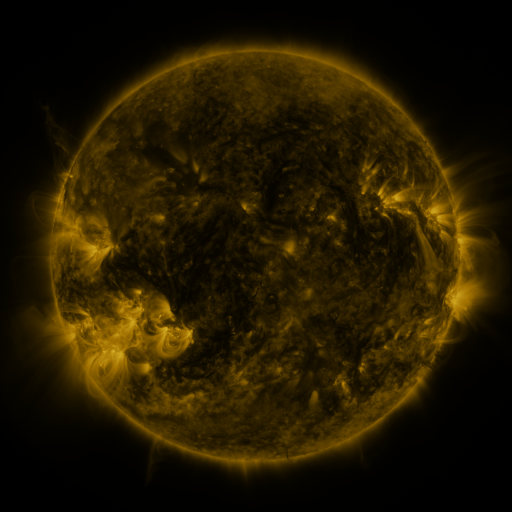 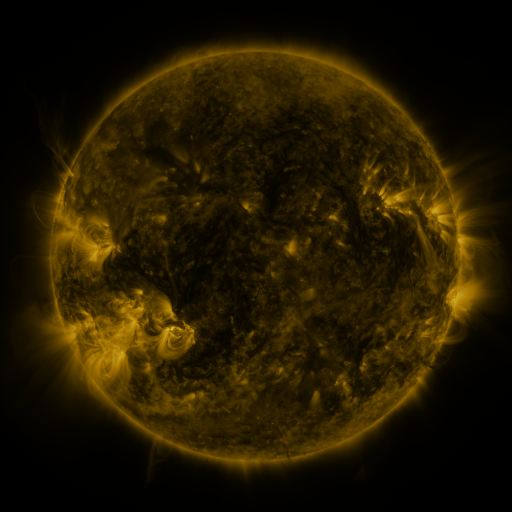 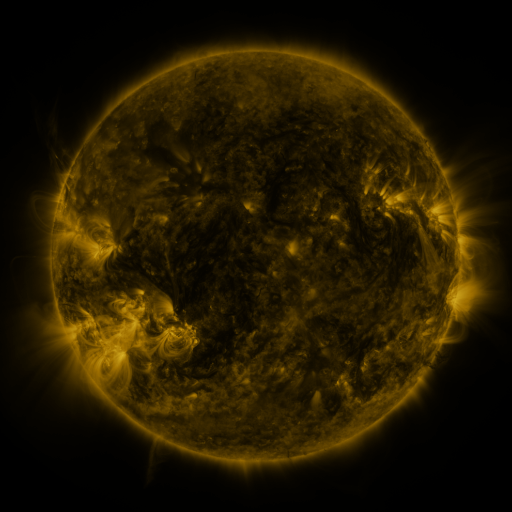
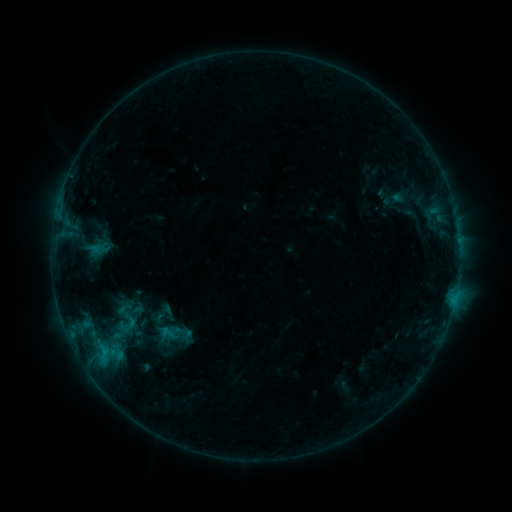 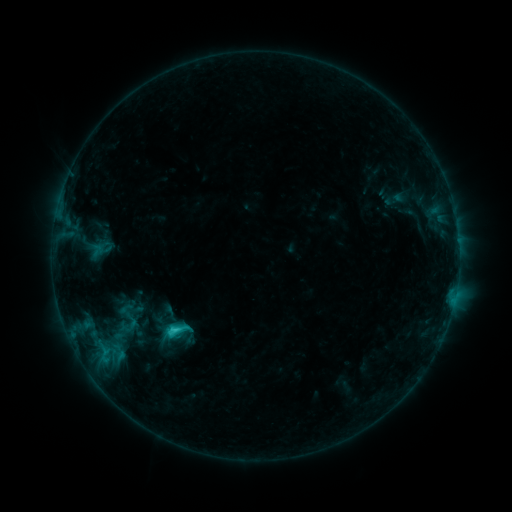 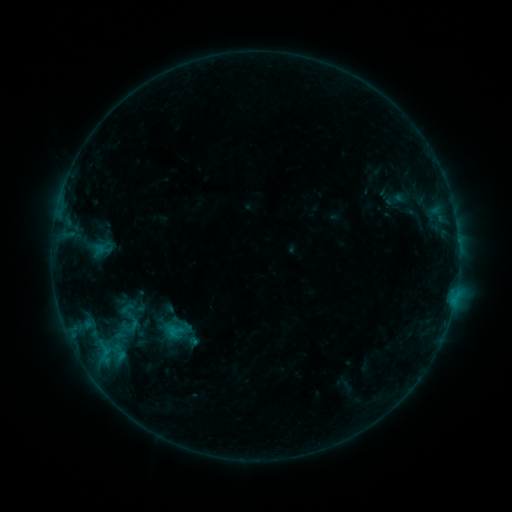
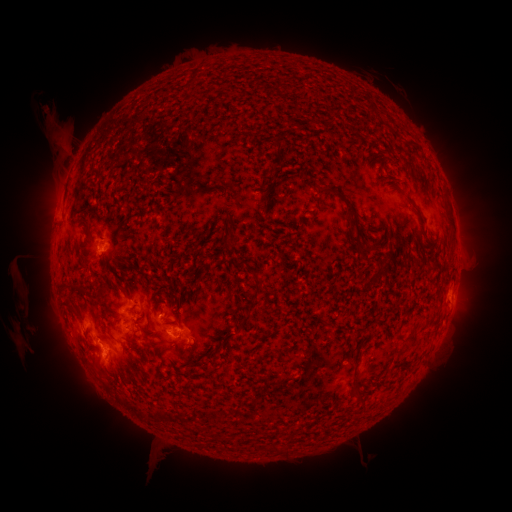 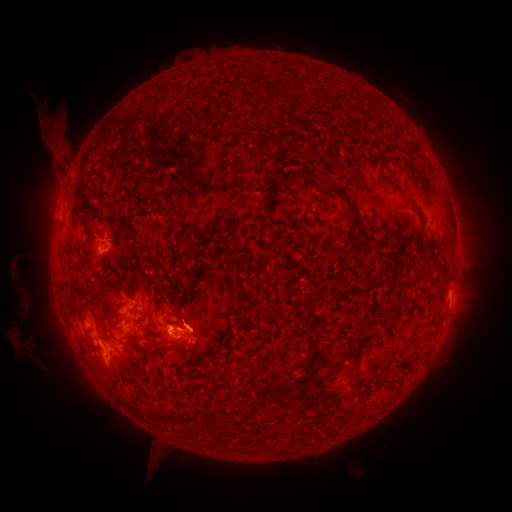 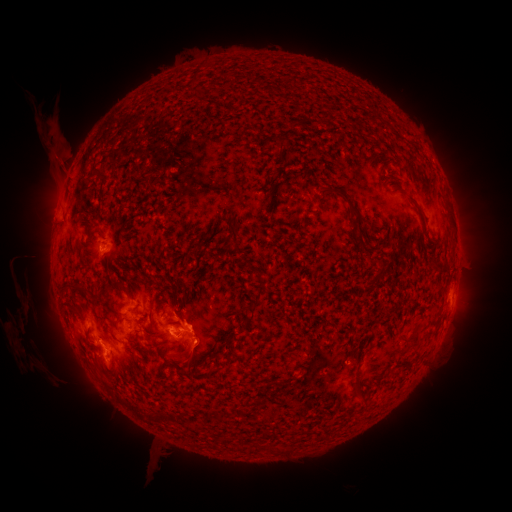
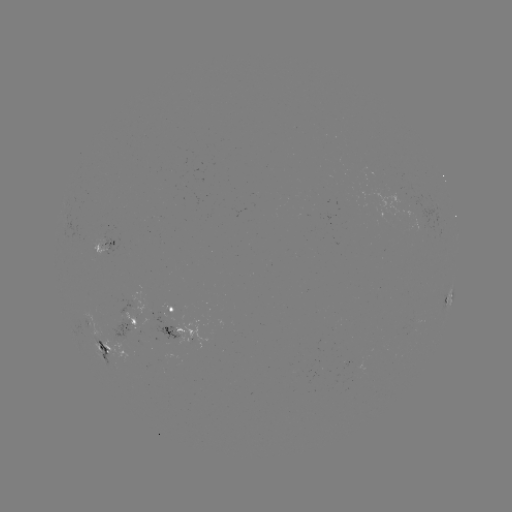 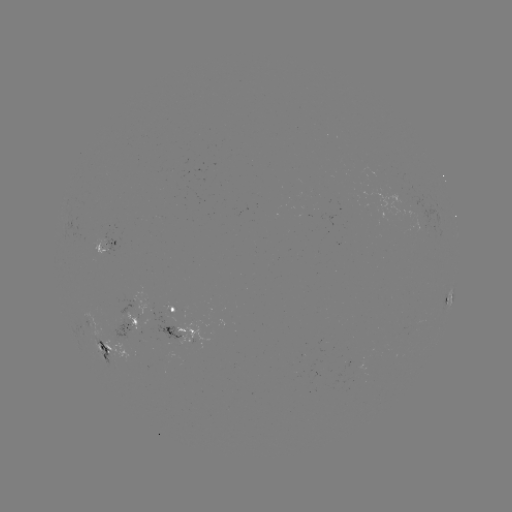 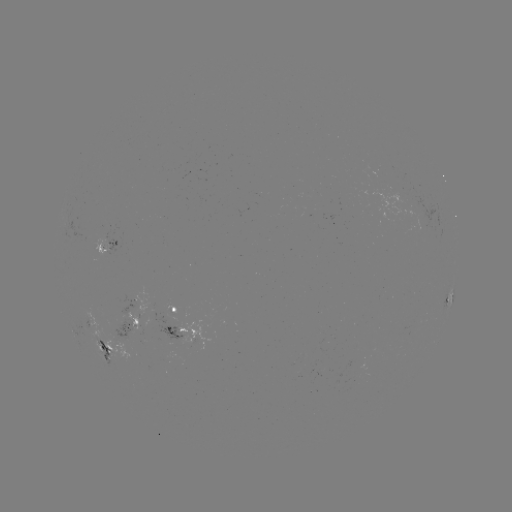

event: flare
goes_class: C1.7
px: (174, 329)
